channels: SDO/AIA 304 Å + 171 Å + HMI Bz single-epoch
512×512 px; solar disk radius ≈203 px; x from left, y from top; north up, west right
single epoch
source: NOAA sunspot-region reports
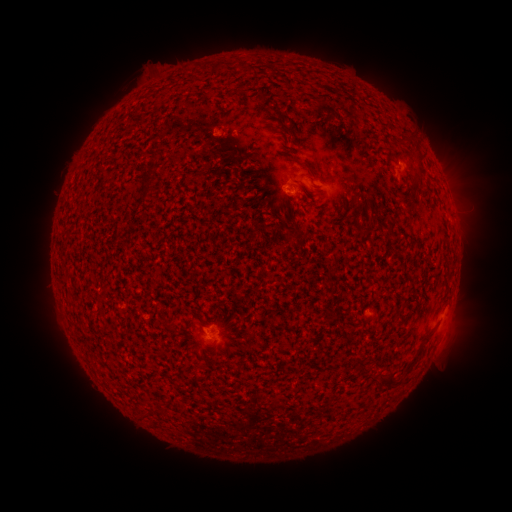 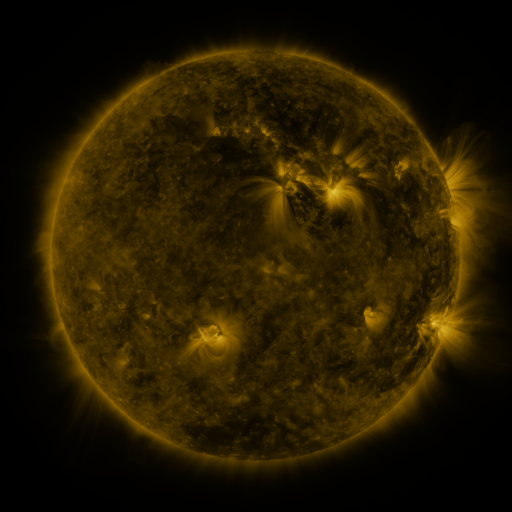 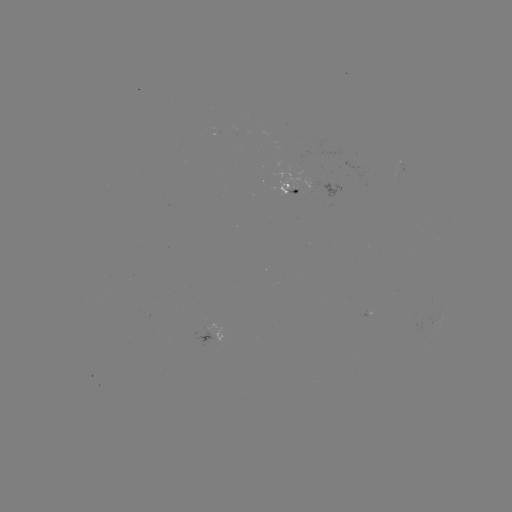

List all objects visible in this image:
spotted active region: (287, 186)
spotted active region: (212, 332)
